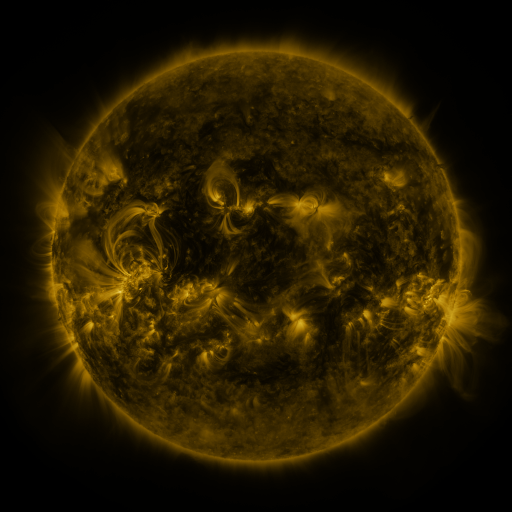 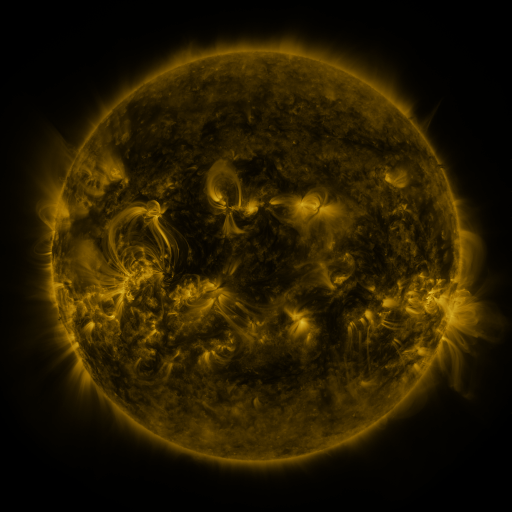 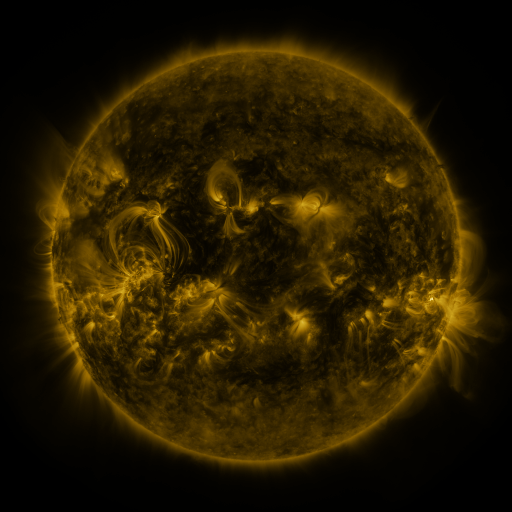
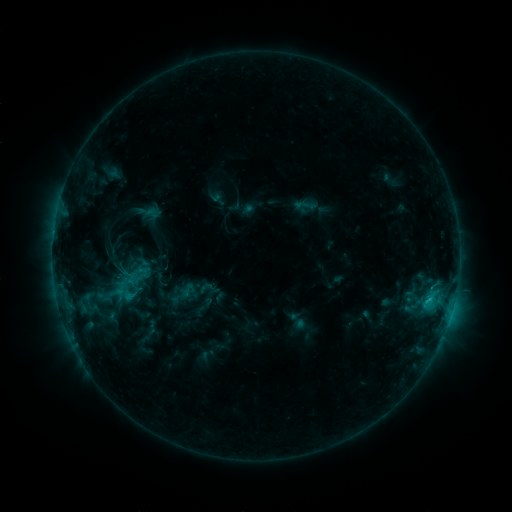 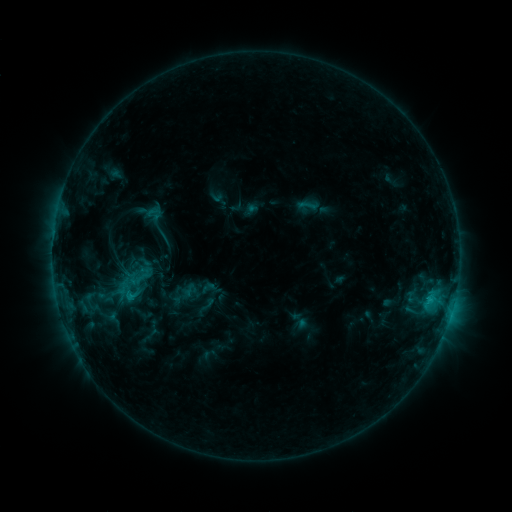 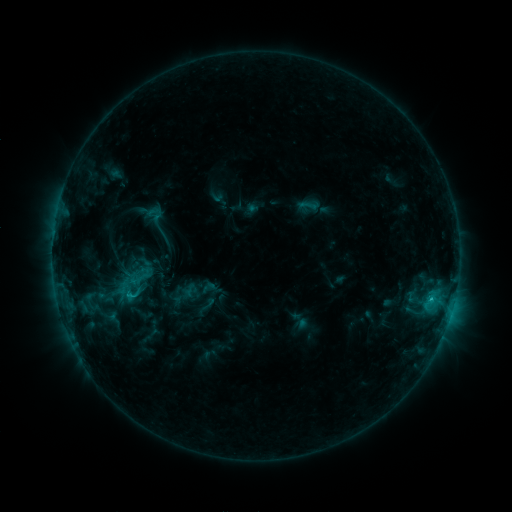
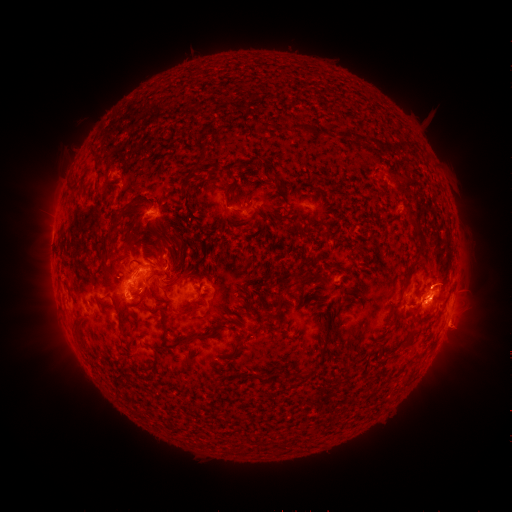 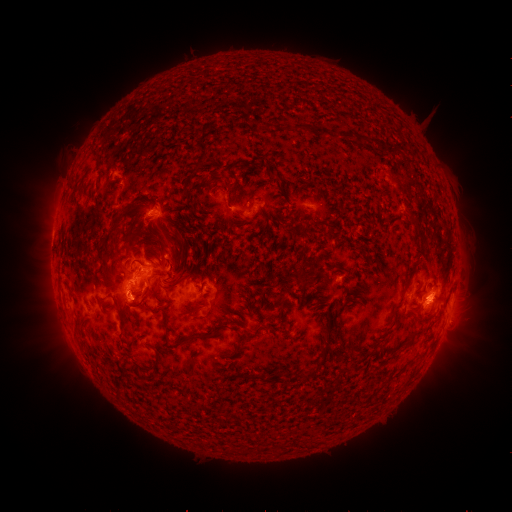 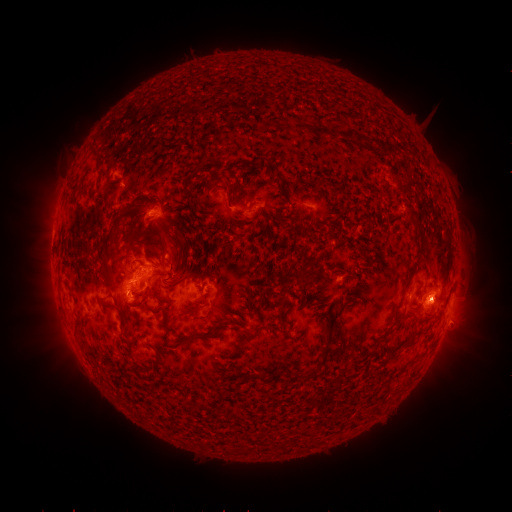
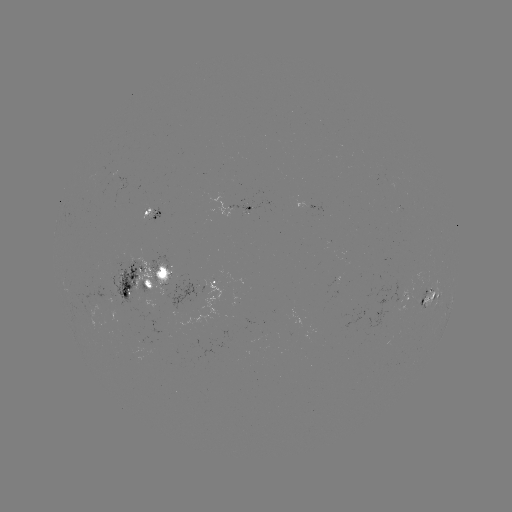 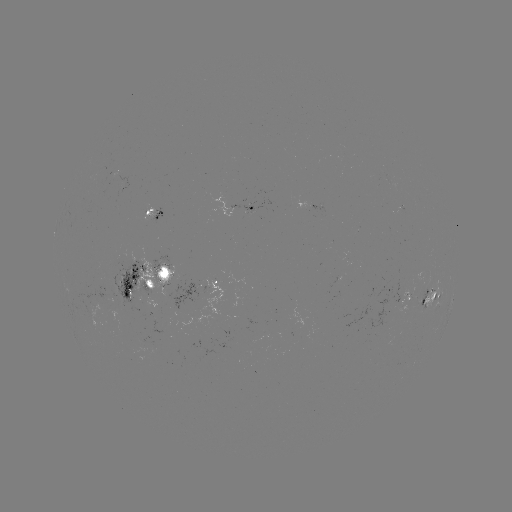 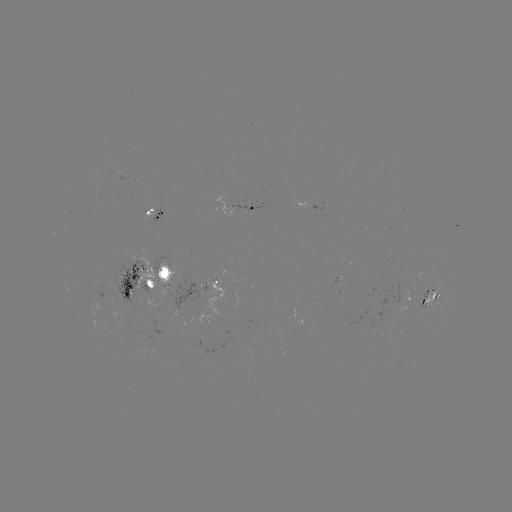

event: emerging-flux region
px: (422, 295)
